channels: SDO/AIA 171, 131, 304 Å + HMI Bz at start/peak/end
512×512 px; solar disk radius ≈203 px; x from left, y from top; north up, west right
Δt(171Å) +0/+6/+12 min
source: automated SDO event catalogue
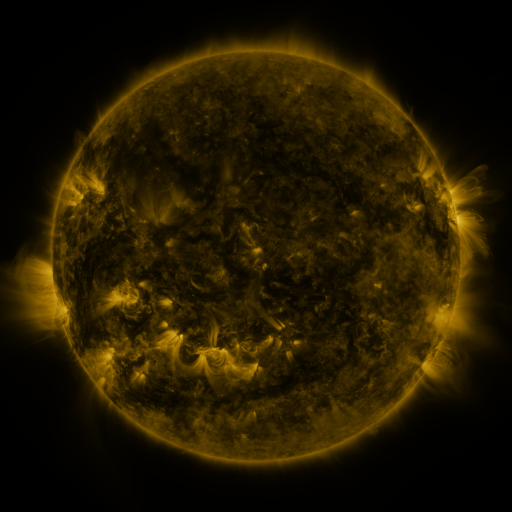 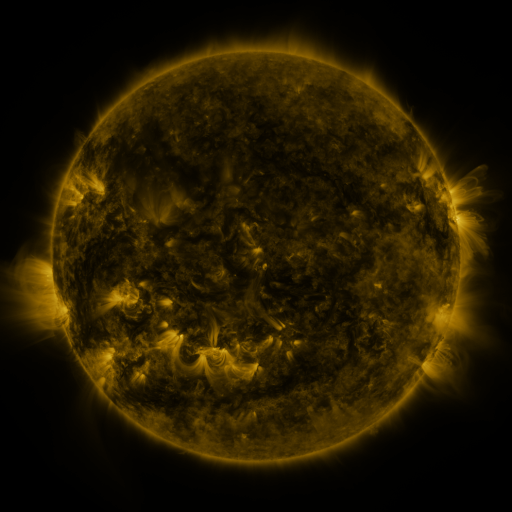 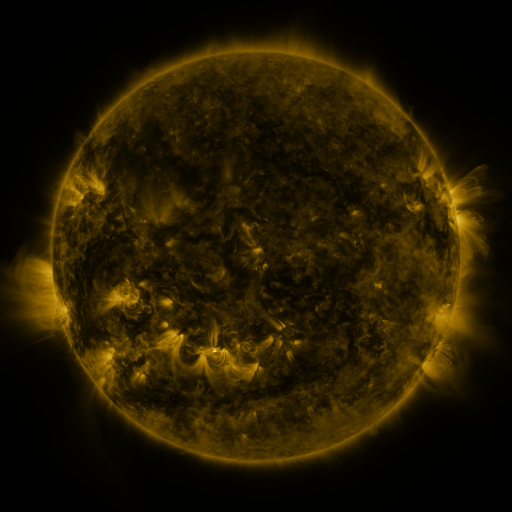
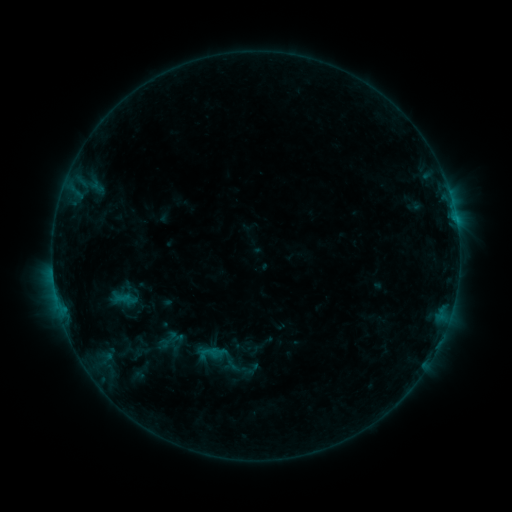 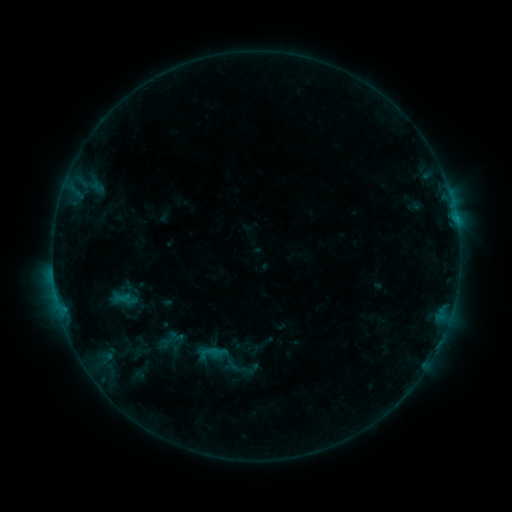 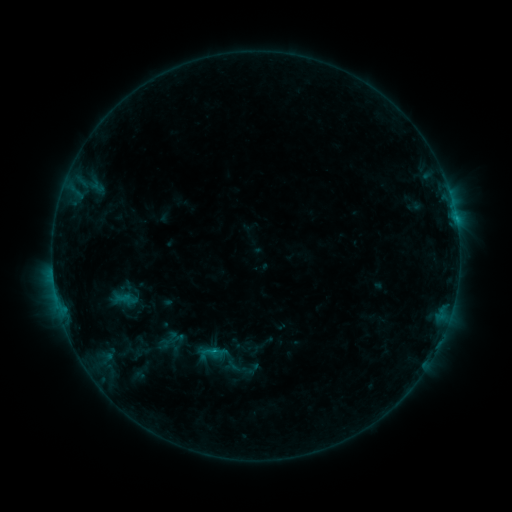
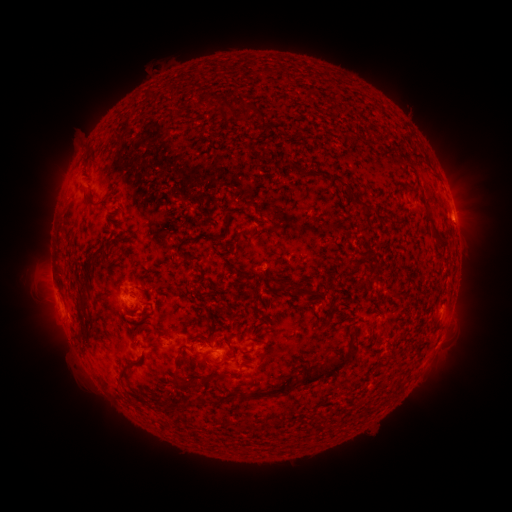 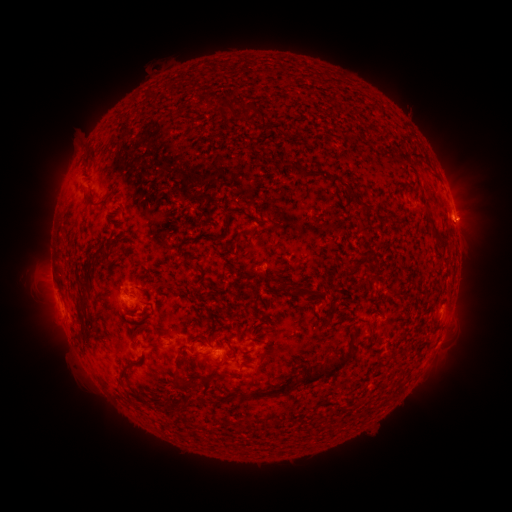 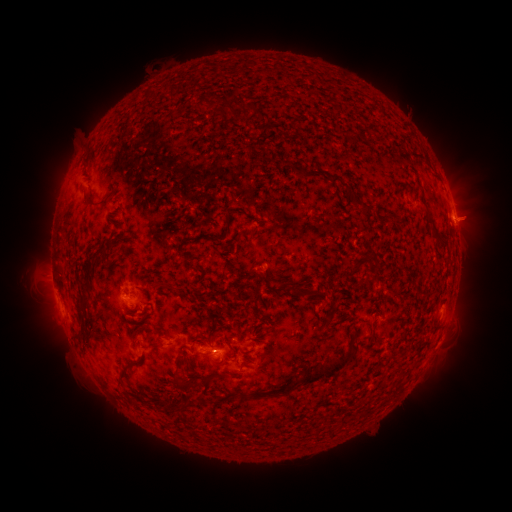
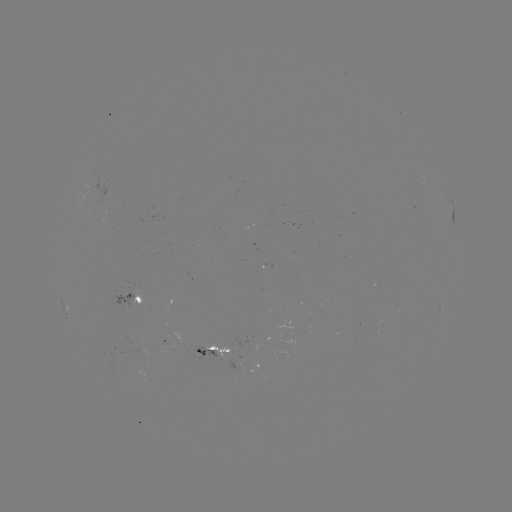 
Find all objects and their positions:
eruption: (476, 218)
